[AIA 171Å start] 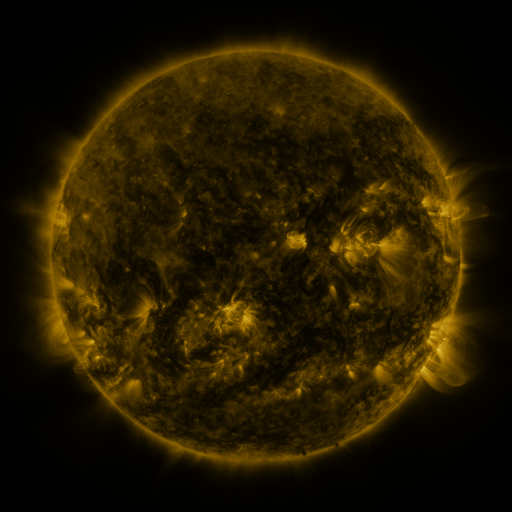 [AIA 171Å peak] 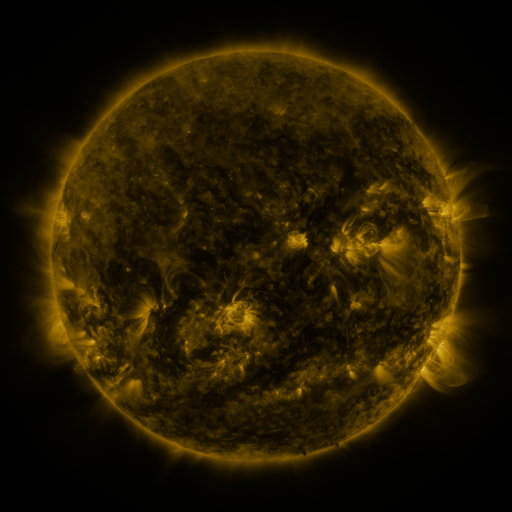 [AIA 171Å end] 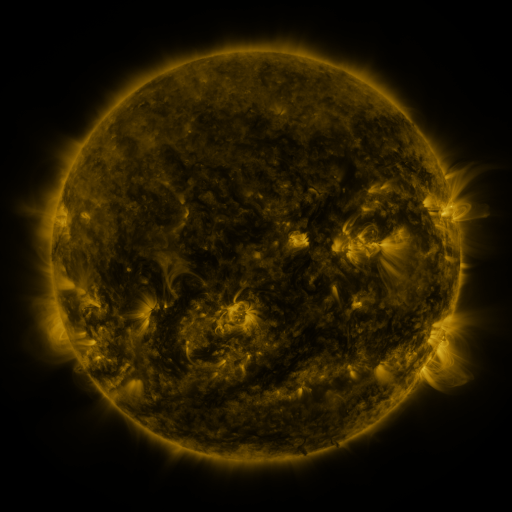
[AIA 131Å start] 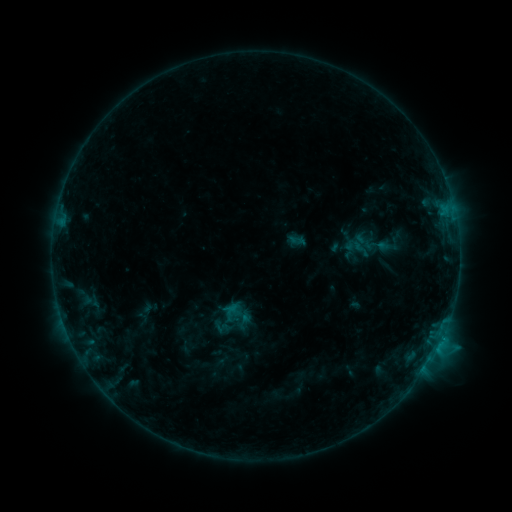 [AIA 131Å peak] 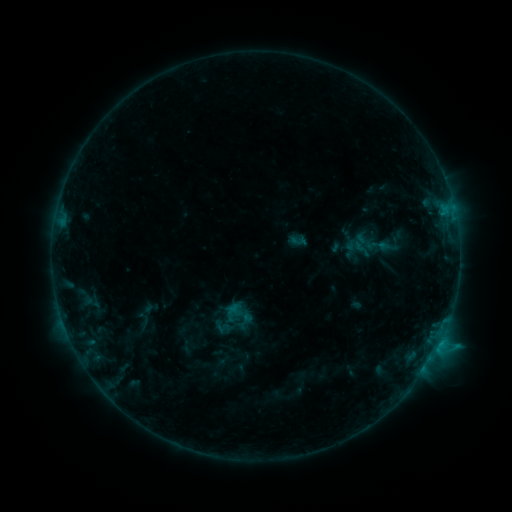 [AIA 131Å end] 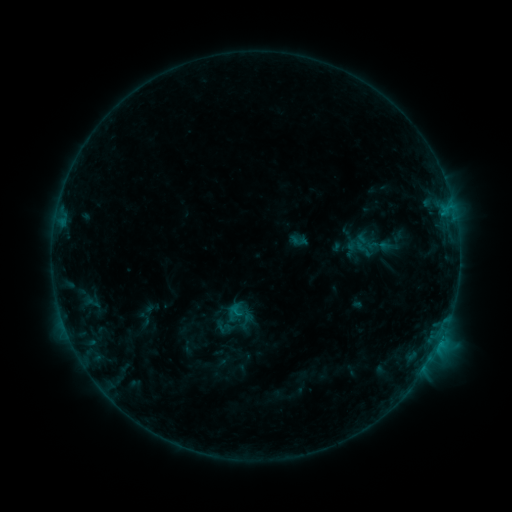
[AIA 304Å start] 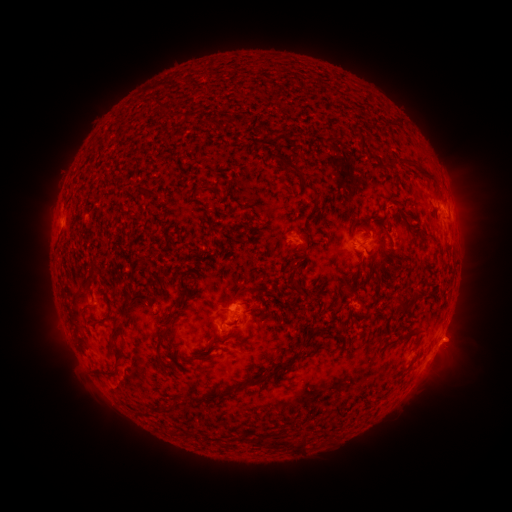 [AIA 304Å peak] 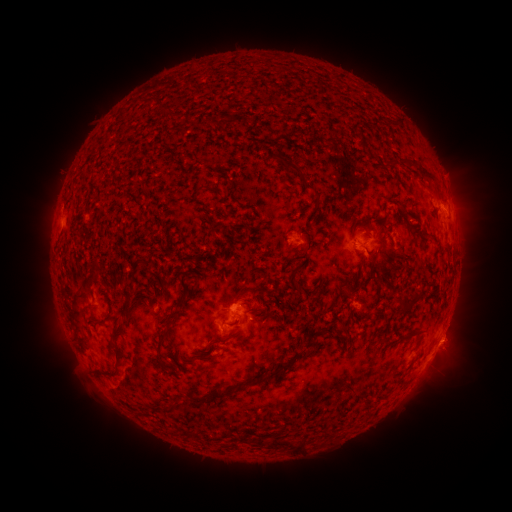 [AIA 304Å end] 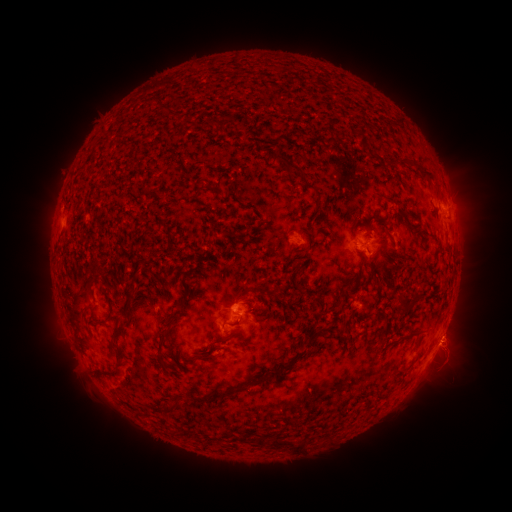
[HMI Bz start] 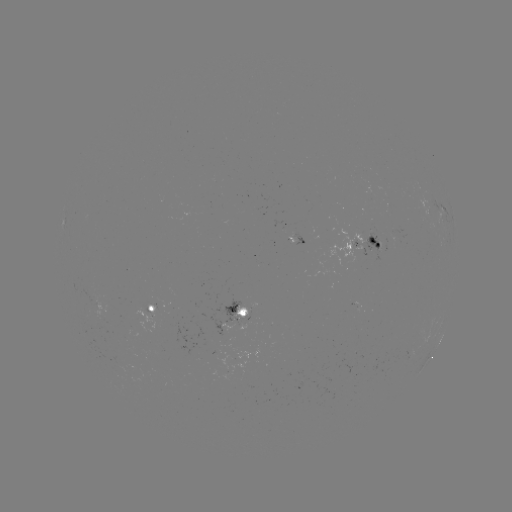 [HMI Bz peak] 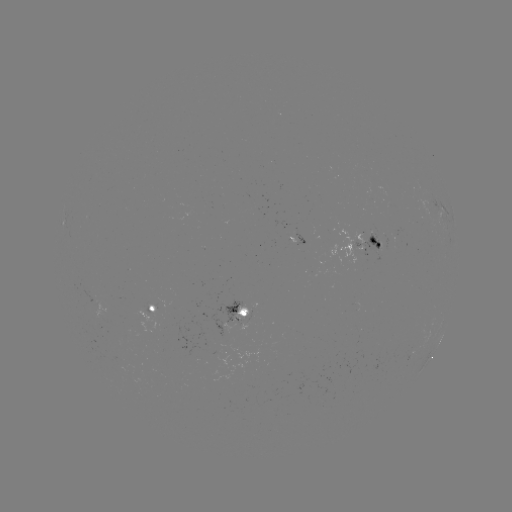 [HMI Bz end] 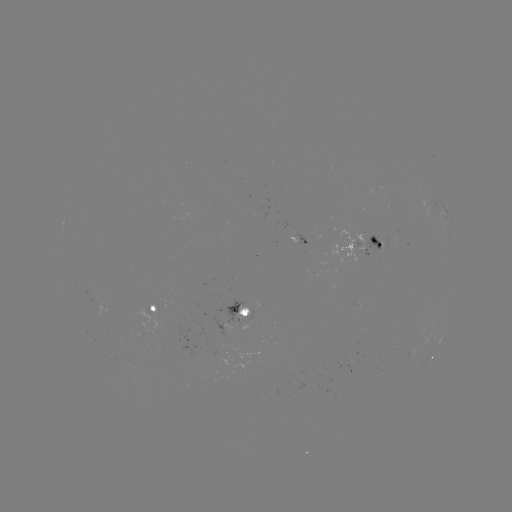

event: flare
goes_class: C1.0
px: (441, 339)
